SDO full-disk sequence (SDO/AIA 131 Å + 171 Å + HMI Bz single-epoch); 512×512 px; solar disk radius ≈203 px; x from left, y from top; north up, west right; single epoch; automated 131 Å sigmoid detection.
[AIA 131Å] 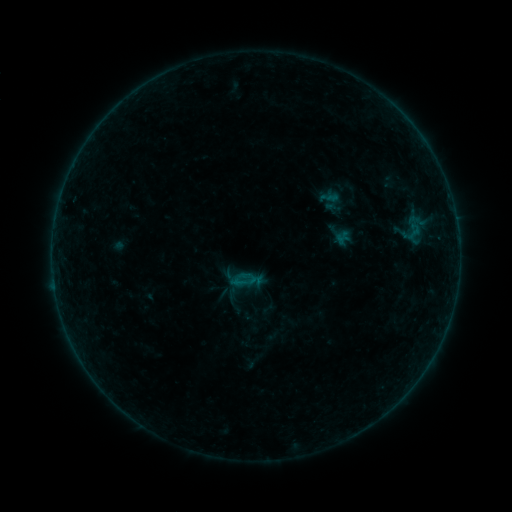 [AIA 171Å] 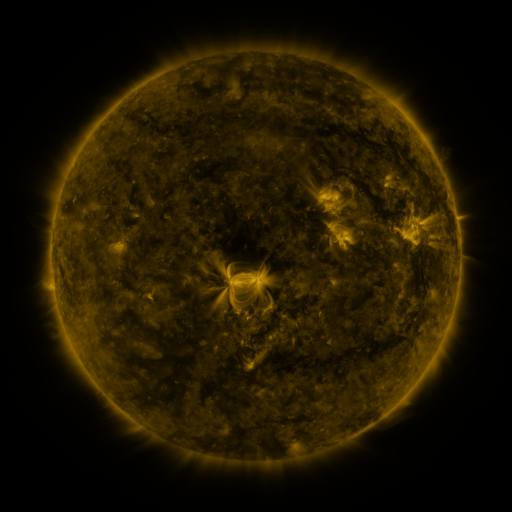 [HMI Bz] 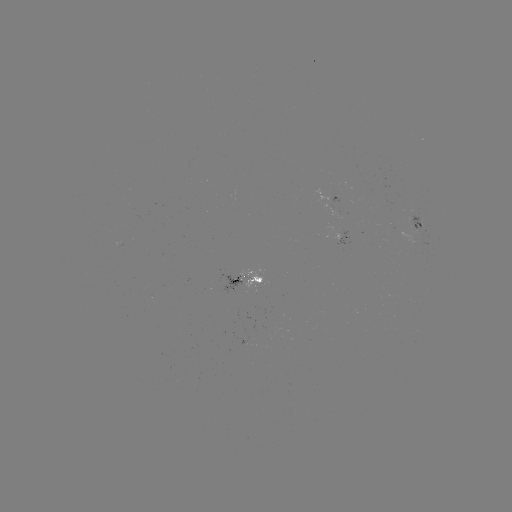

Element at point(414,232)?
sigmoid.